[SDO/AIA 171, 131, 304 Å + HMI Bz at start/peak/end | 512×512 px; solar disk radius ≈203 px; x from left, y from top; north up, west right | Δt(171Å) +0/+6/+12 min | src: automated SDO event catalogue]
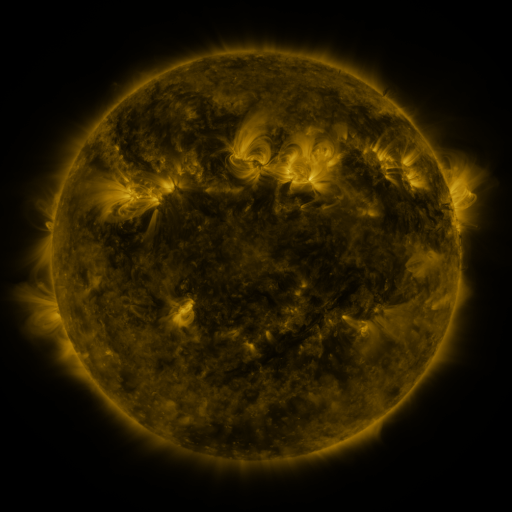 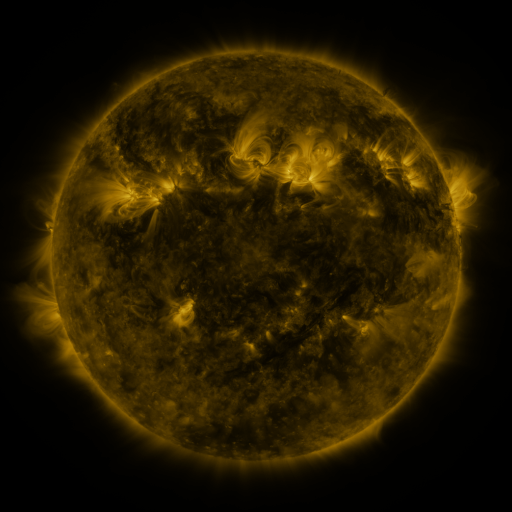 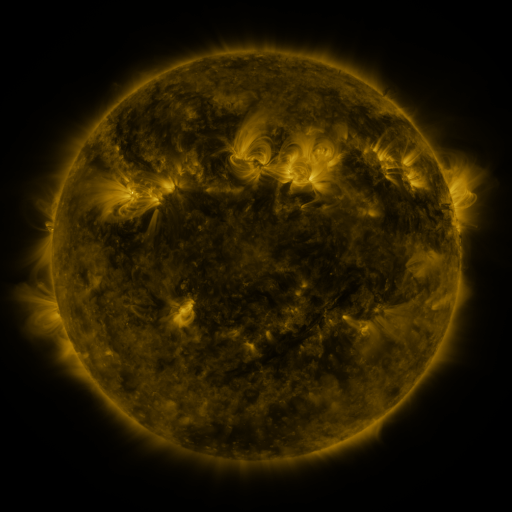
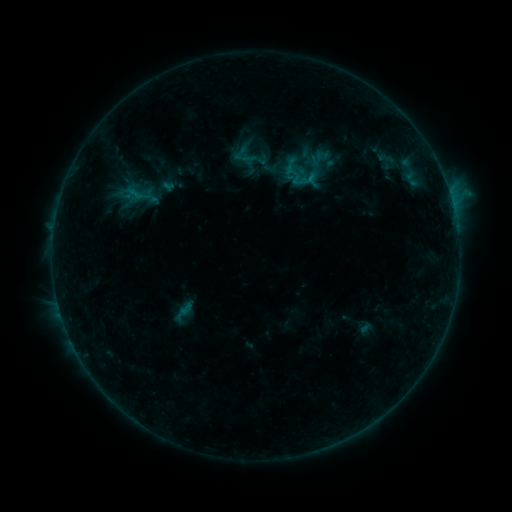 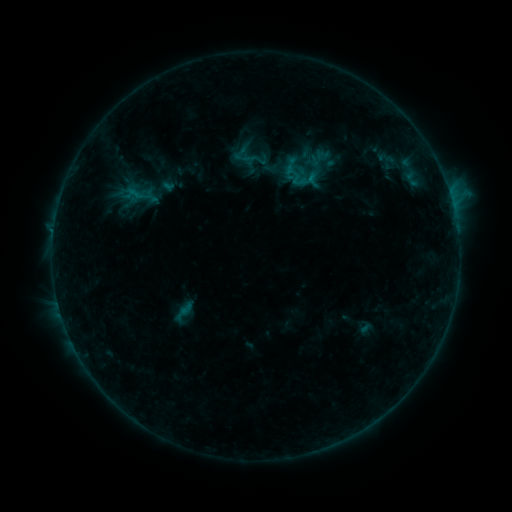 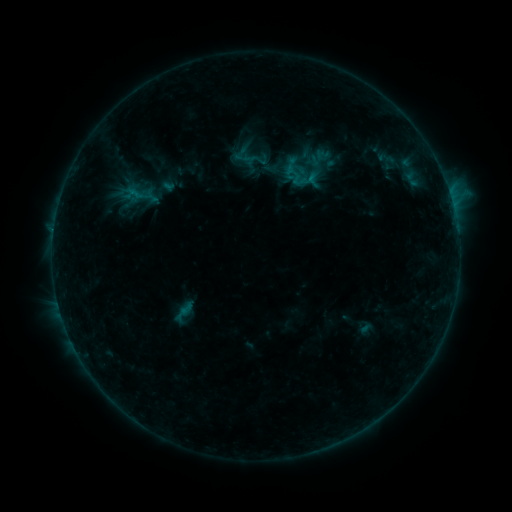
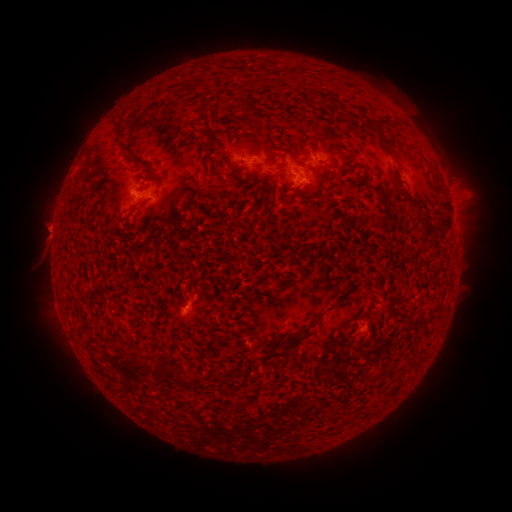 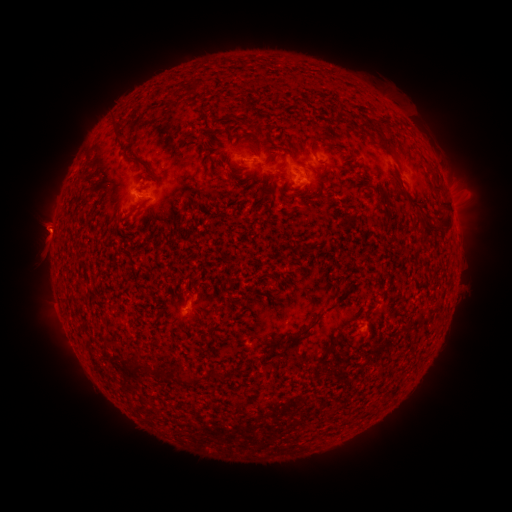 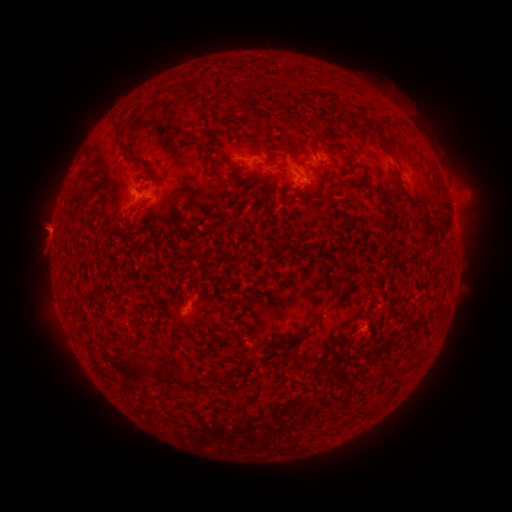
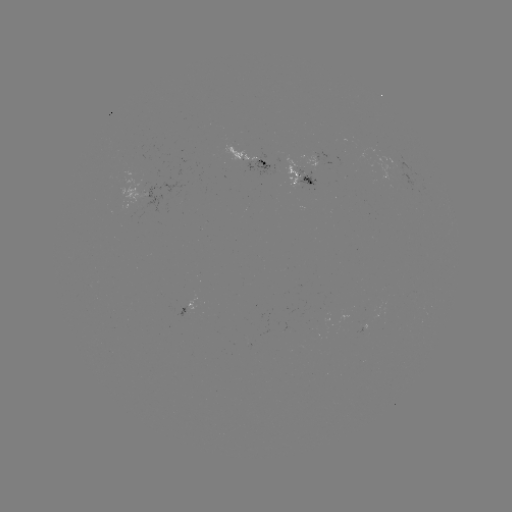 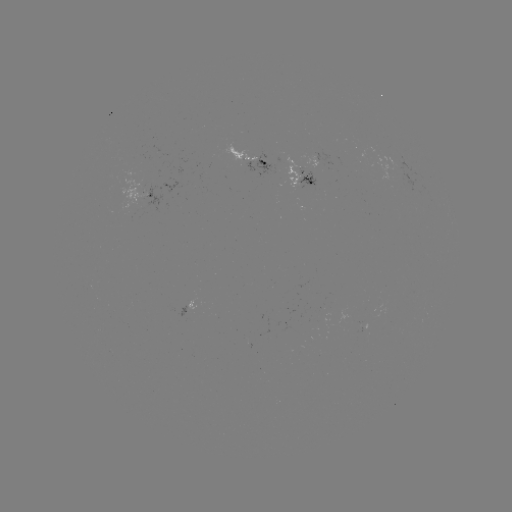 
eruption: <bbox>19, 204, 68, 253</bbox>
